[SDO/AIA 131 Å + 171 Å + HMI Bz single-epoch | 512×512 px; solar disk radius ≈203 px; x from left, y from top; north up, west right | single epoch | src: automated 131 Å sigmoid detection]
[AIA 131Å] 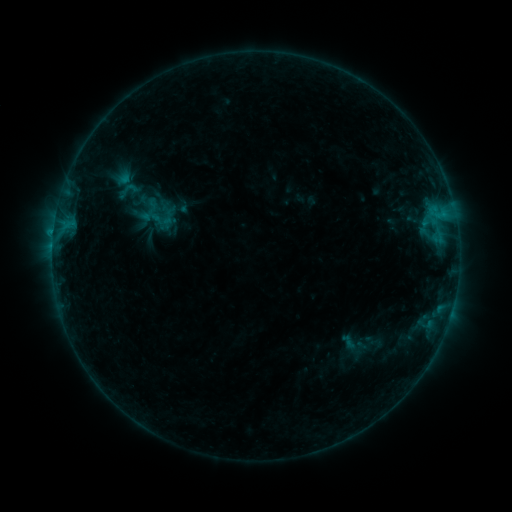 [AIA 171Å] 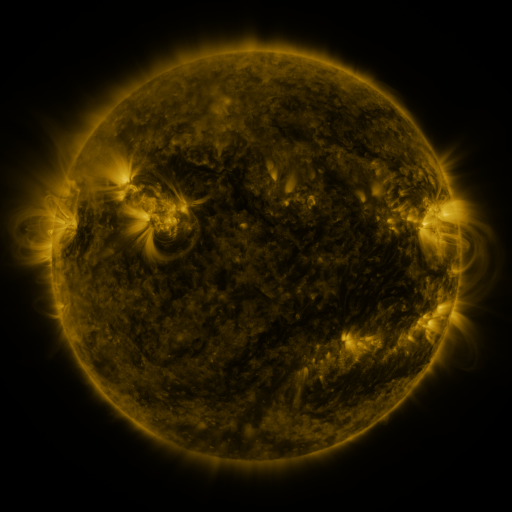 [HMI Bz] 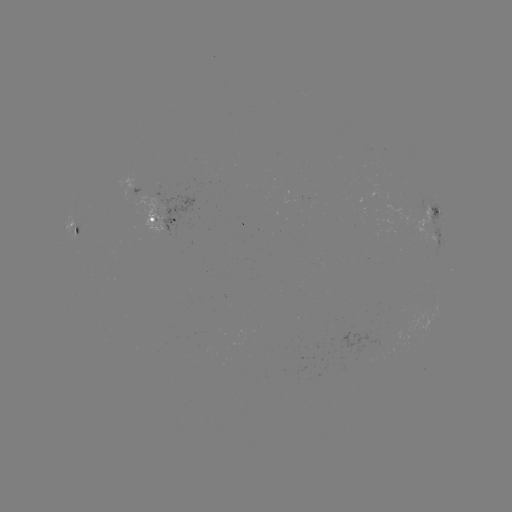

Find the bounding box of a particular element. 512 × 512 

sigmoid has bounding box [119, 179, 139, 200].